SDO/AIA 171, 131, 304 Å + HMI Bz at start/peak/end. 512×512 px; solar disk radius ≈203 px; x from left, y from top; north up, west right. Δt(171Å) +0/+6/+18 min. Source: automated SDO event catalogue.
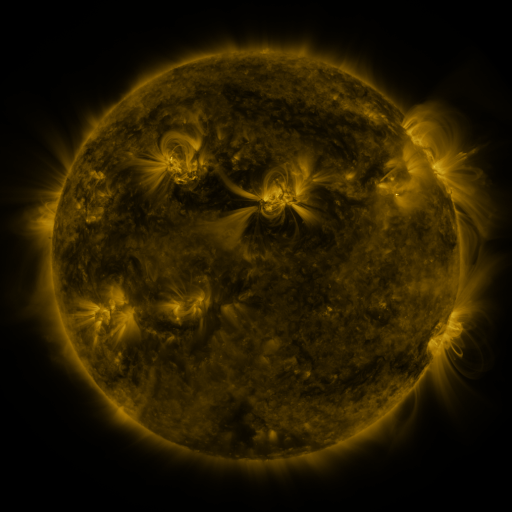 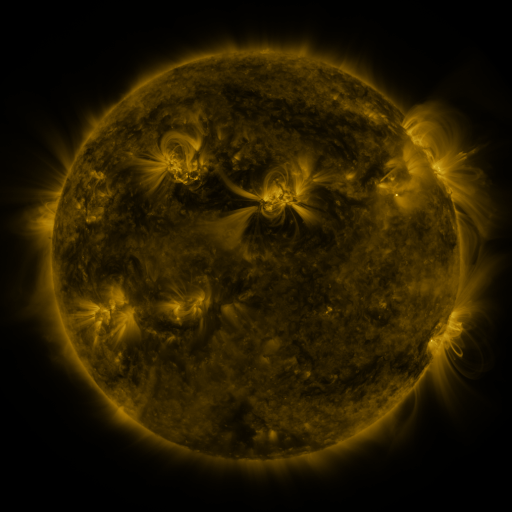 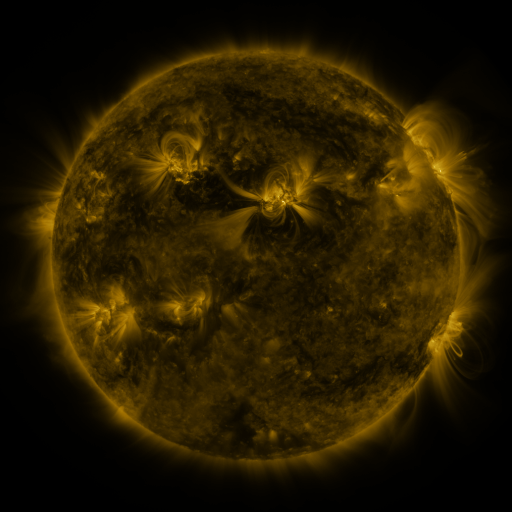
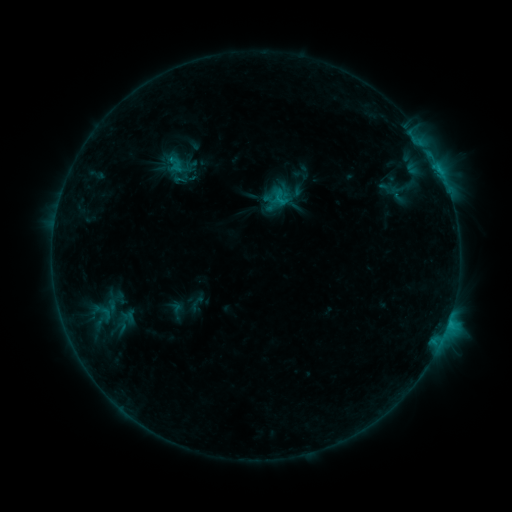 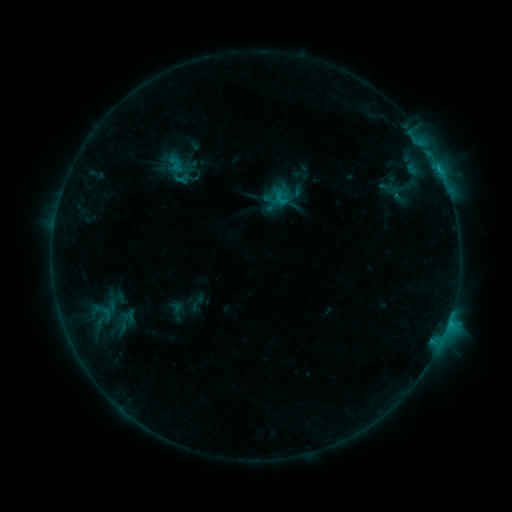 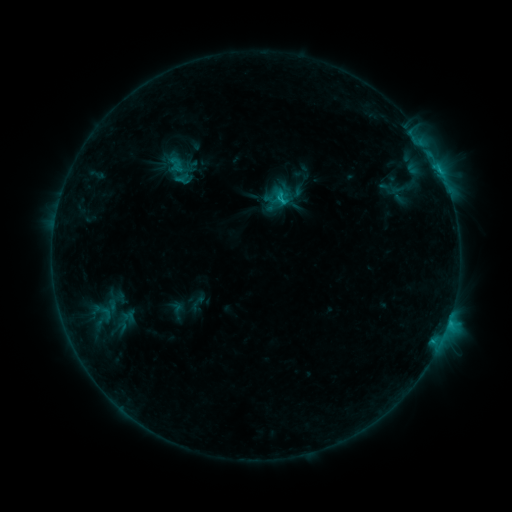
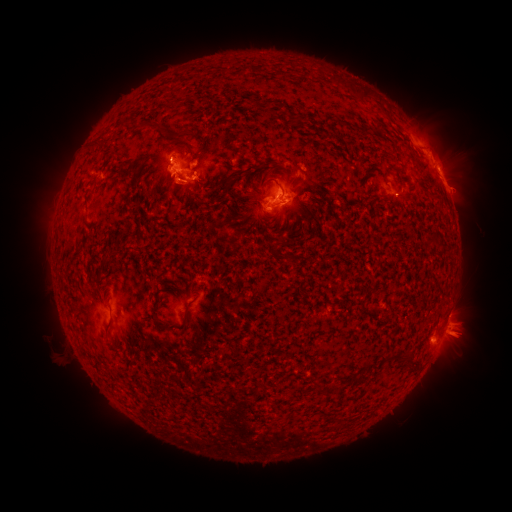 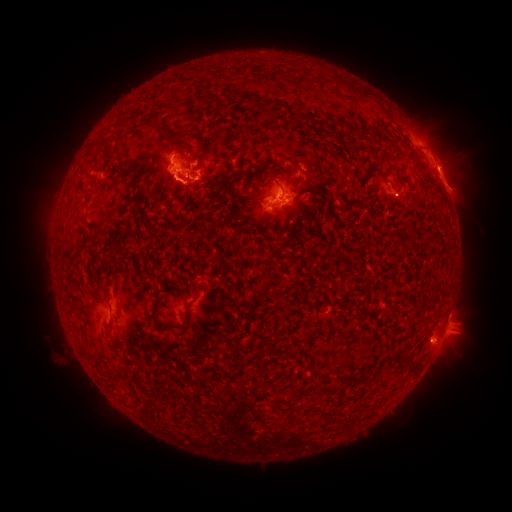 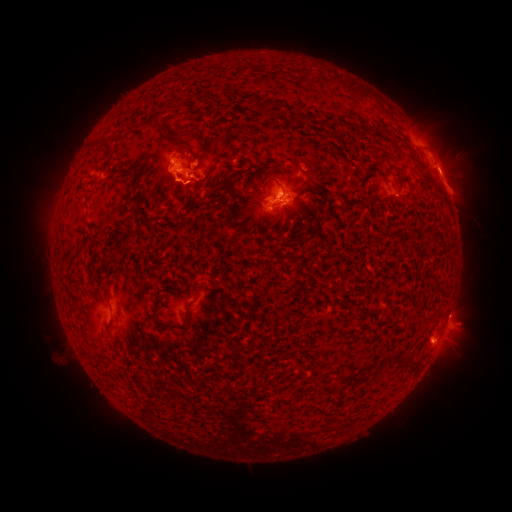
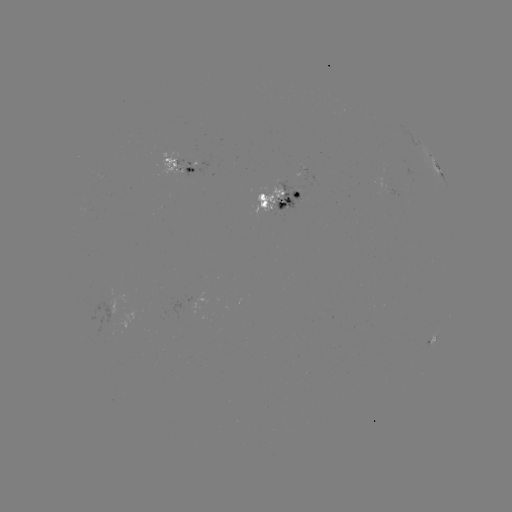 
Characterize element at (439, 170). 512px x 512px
C2.6 flare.